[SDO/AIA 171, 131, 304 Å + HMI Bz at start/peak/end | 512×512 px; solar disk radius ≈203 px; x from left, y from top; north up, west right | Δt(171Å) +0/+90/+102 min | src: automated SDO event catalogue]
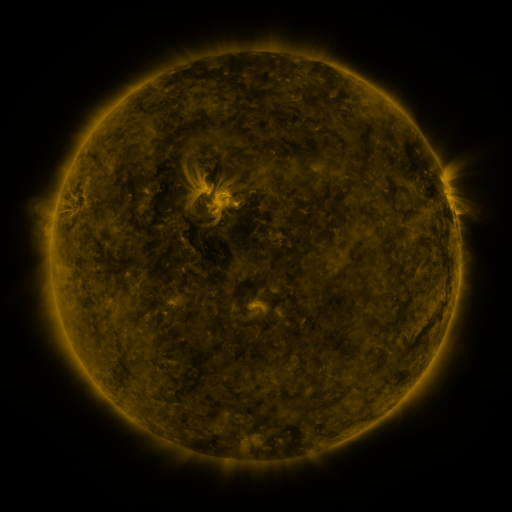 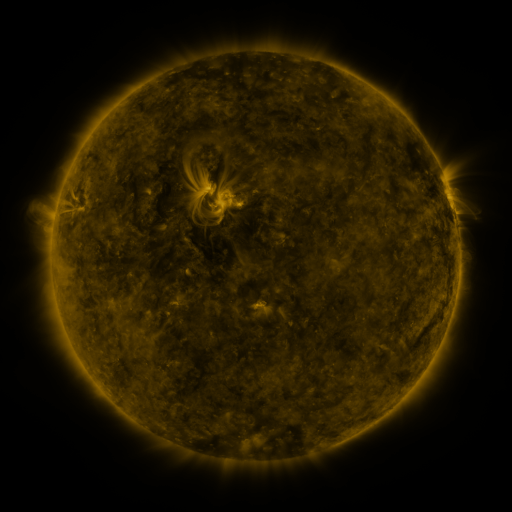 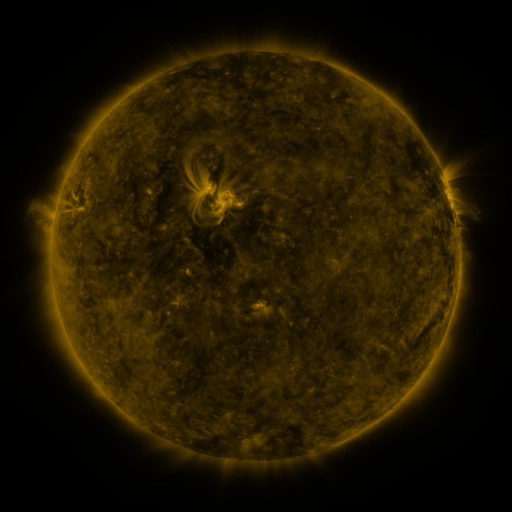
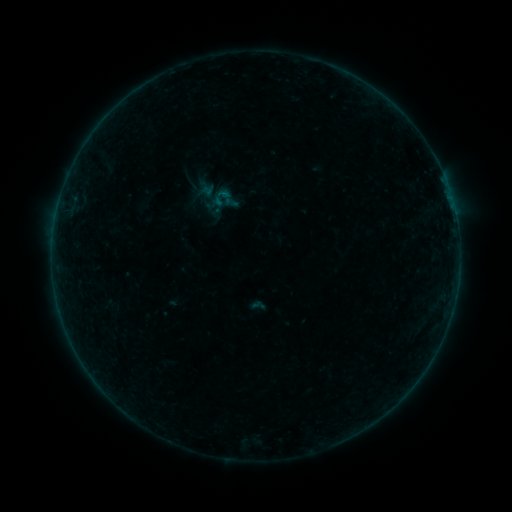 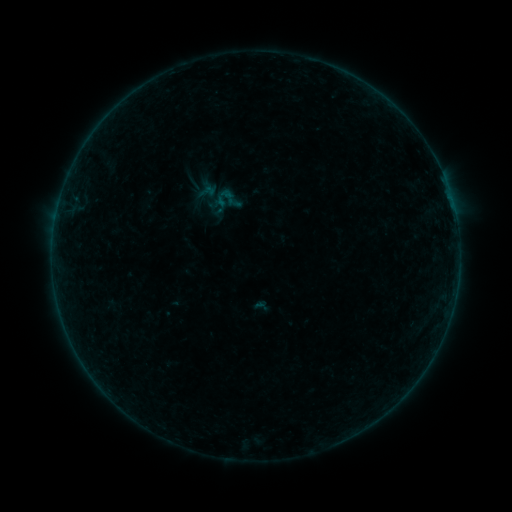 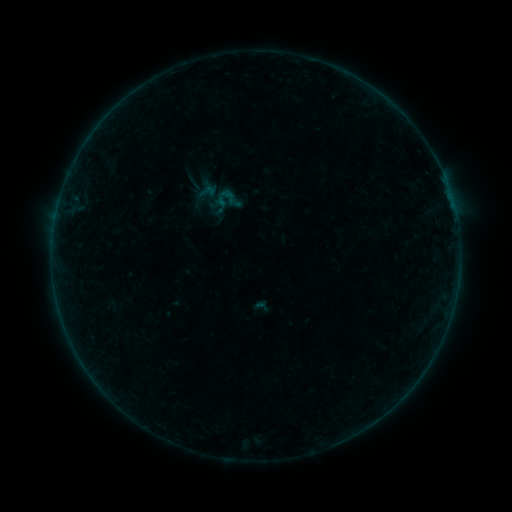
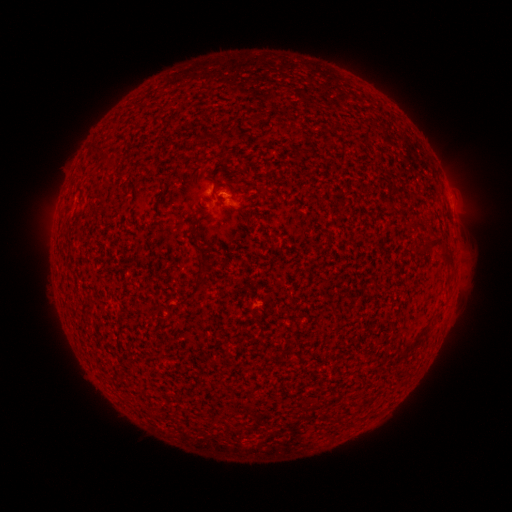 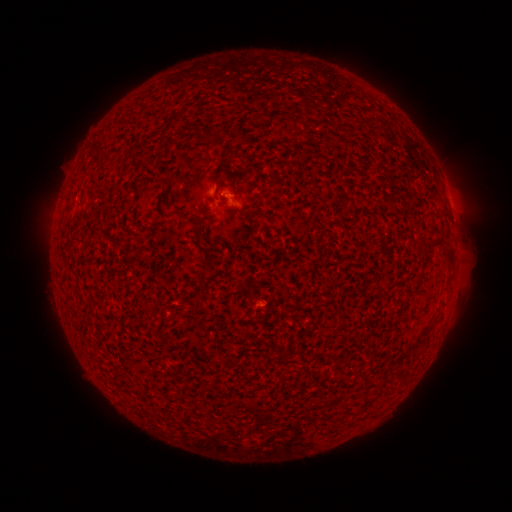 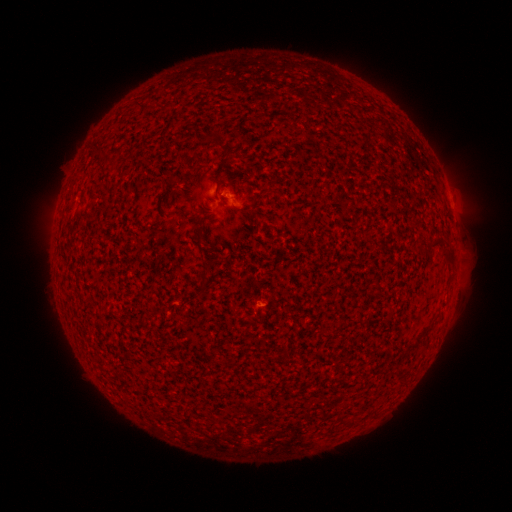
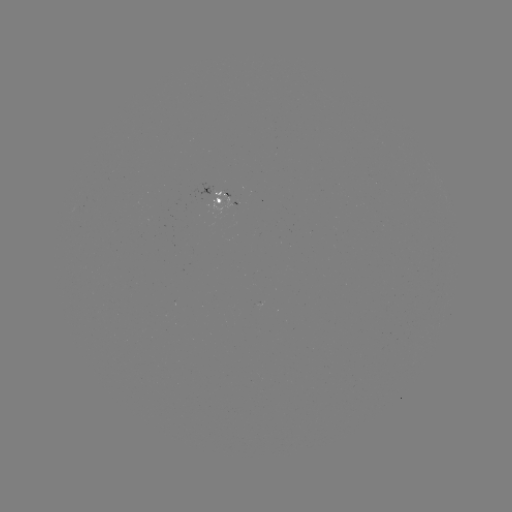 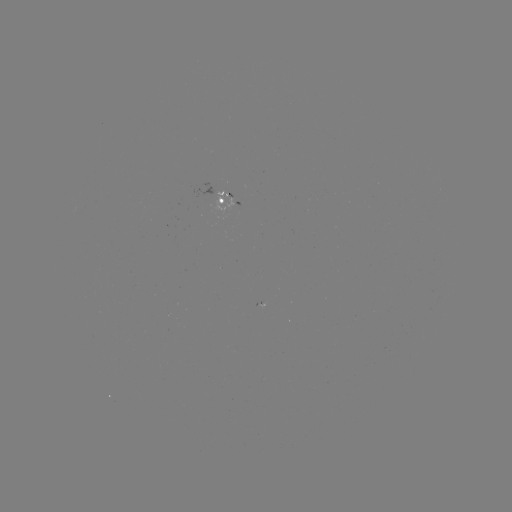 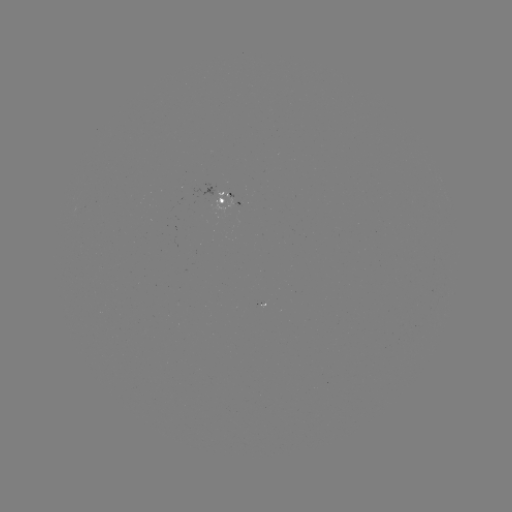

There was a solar emerging-flux region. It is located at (223, 193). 